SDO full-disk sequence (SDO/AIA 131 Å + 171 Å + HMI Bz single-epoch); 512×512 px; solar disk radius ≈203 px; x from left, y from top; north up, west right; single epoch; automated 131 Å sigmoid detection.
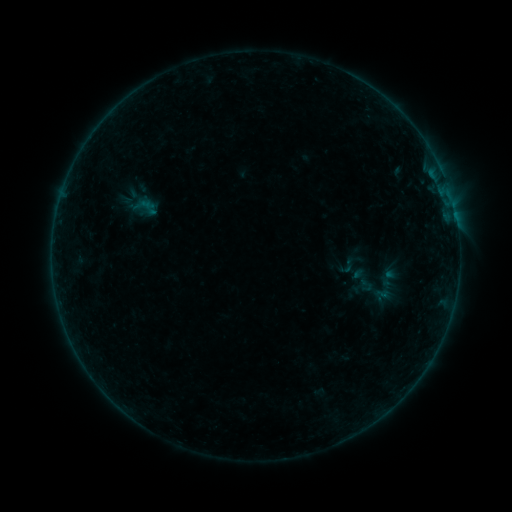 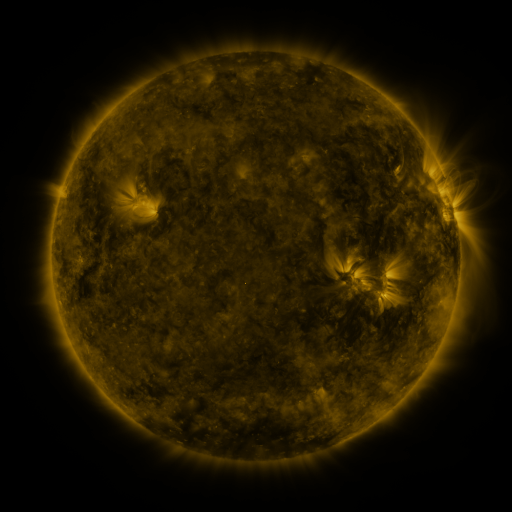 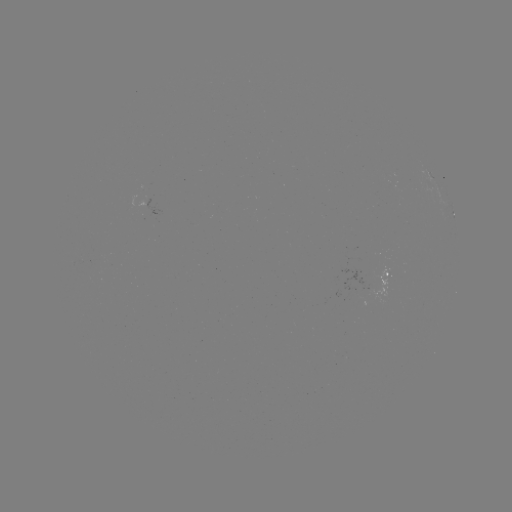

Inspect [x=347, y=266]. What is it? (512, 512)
sigmoid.